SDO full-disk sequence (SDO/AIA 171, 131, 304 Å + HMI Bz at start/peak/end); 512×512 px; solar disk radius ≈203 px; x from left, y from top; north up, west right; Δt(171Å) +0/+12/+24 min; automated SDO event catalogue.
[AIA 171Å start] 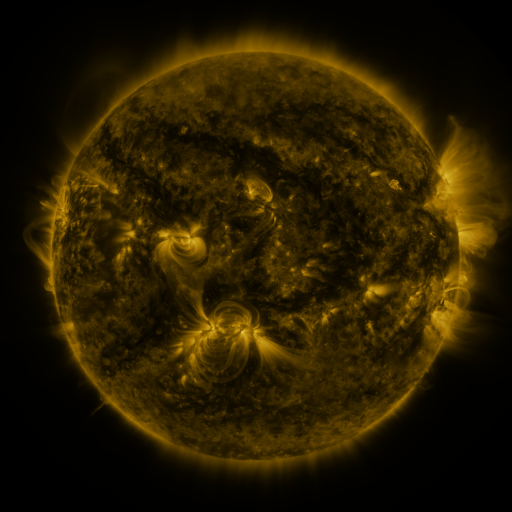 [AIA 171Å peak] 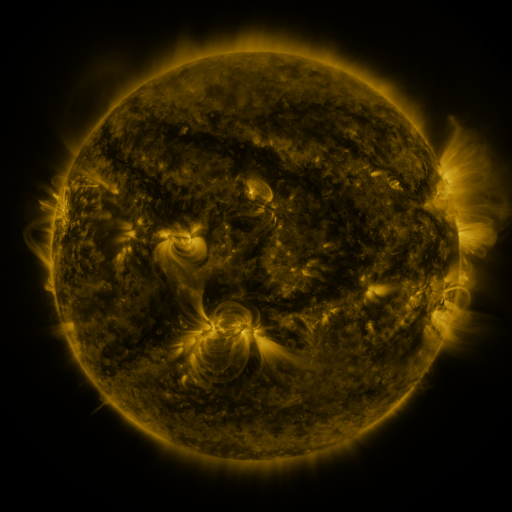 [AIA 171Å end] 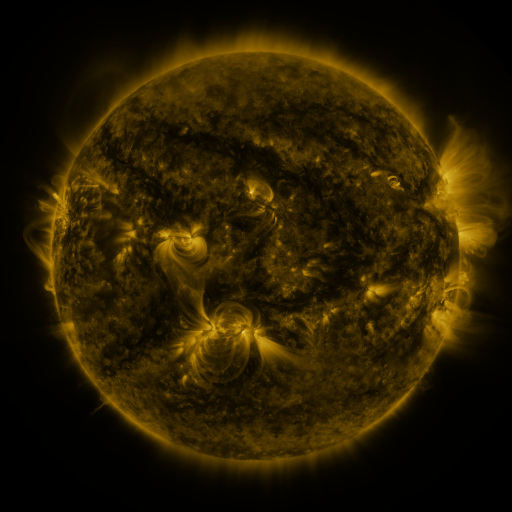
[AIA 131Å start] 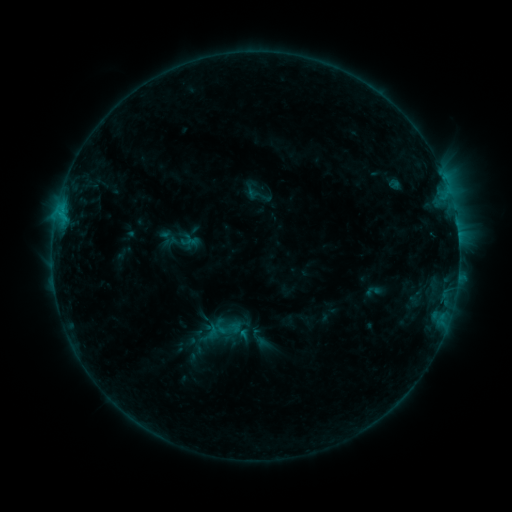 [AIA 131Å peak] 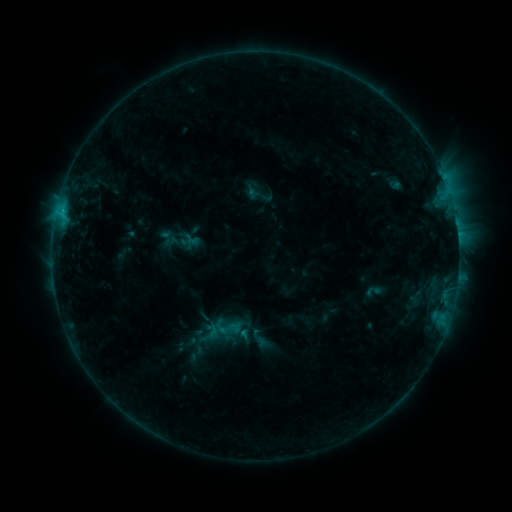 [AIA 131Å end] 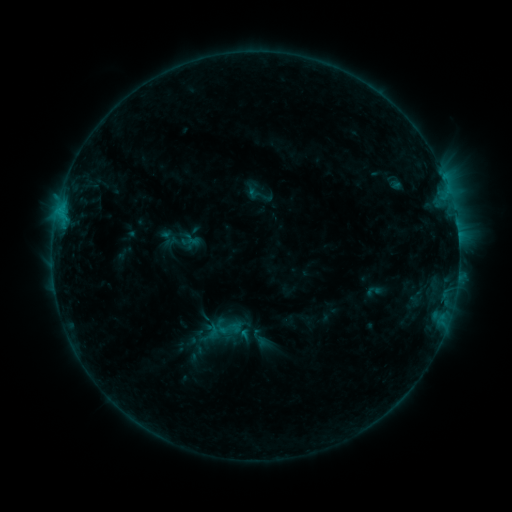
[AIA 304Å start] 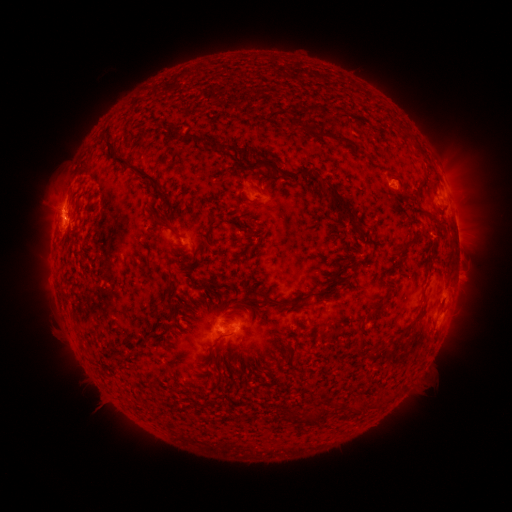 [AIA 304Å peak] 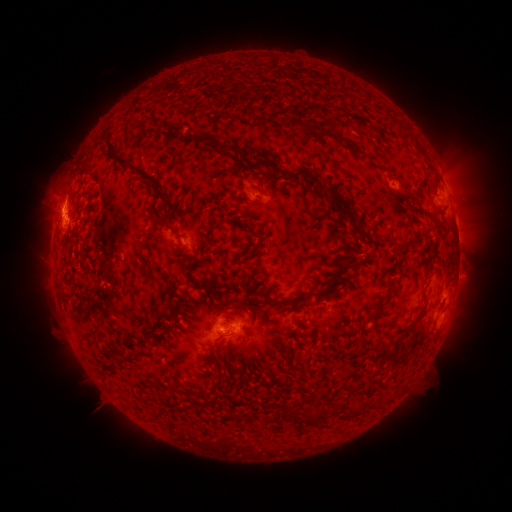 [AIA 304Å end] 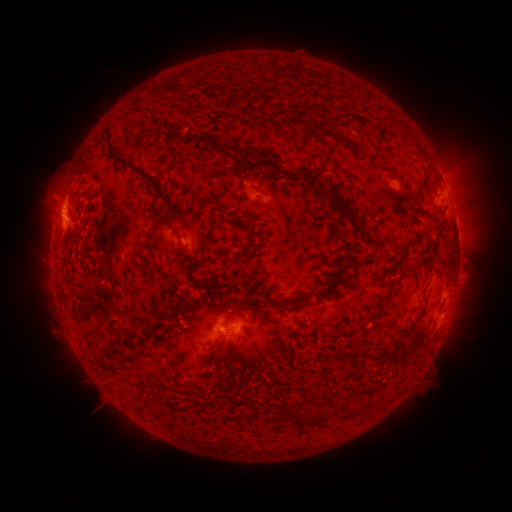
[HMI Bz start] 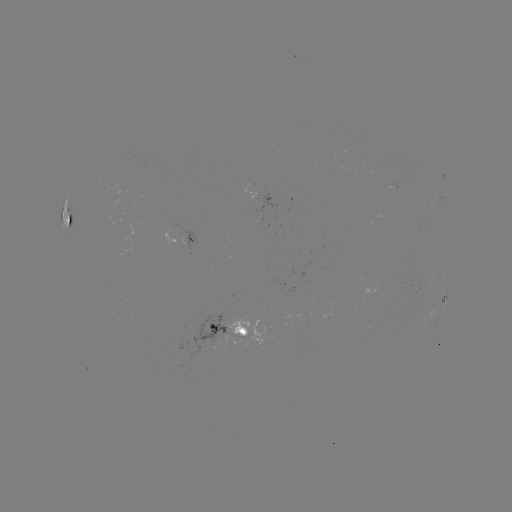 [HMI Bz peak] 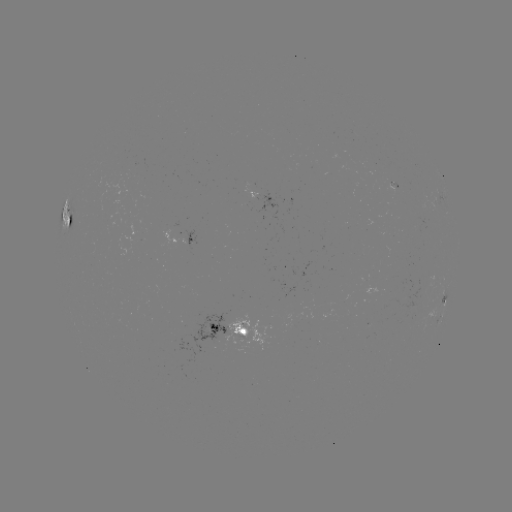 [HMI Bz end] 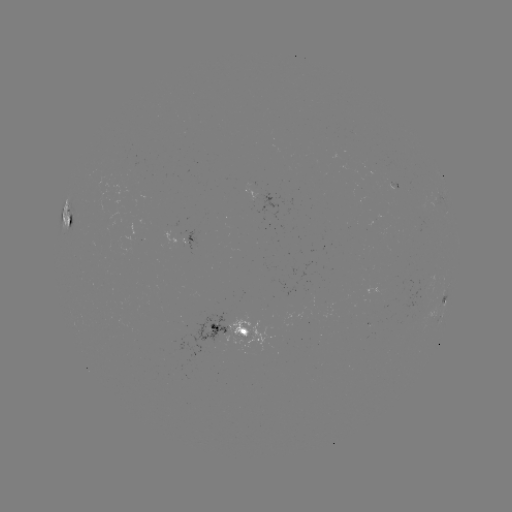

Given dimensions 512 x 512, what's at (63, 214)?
C1.3 flare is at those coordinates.